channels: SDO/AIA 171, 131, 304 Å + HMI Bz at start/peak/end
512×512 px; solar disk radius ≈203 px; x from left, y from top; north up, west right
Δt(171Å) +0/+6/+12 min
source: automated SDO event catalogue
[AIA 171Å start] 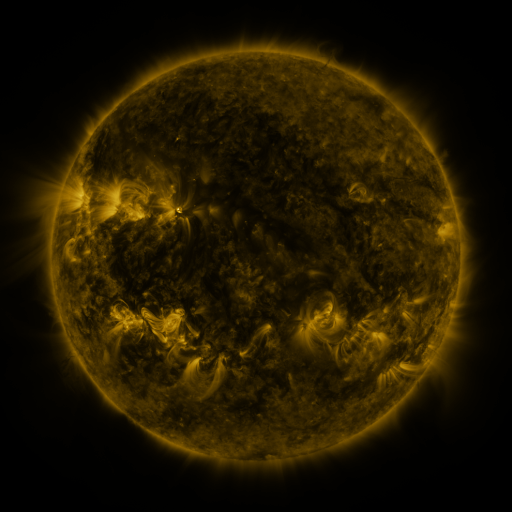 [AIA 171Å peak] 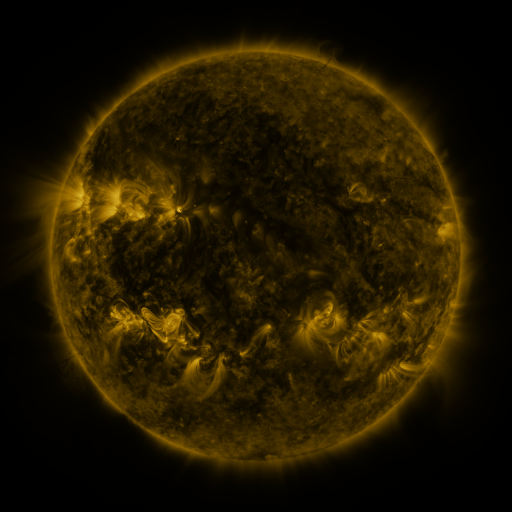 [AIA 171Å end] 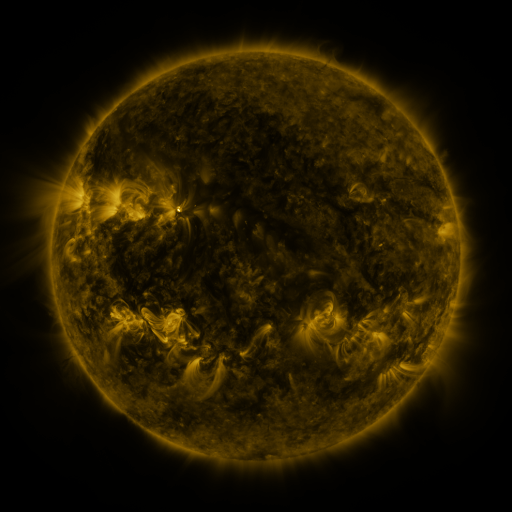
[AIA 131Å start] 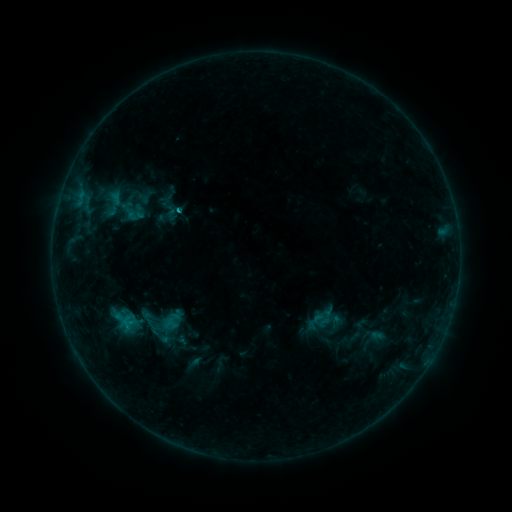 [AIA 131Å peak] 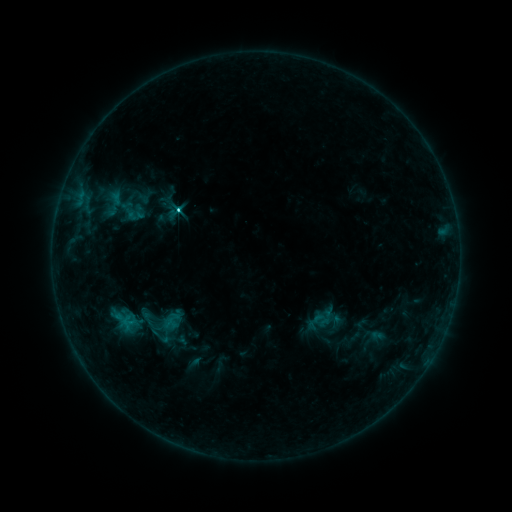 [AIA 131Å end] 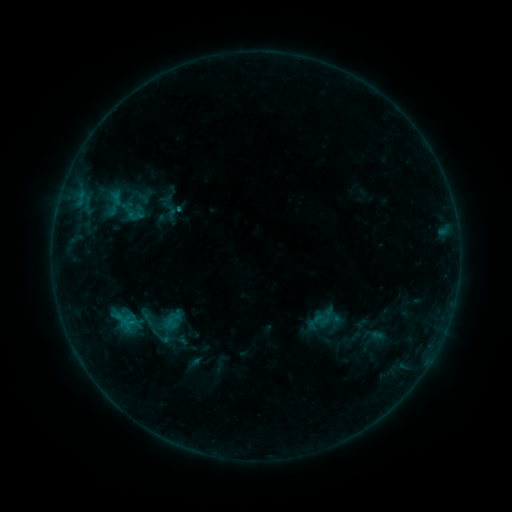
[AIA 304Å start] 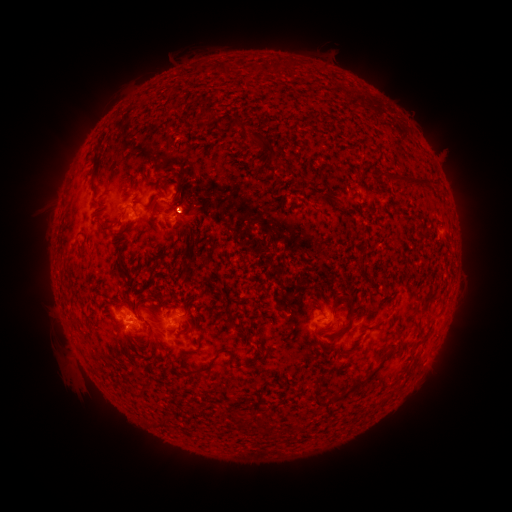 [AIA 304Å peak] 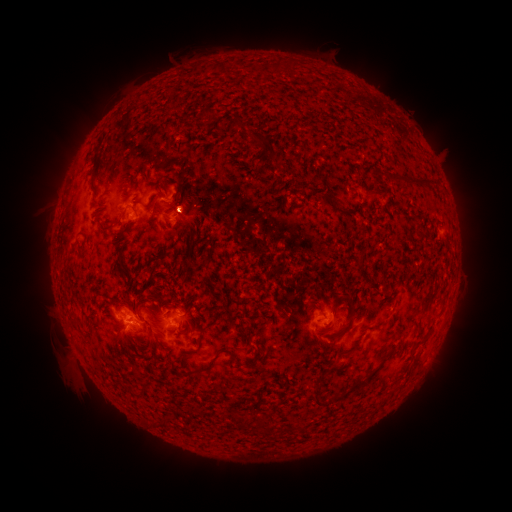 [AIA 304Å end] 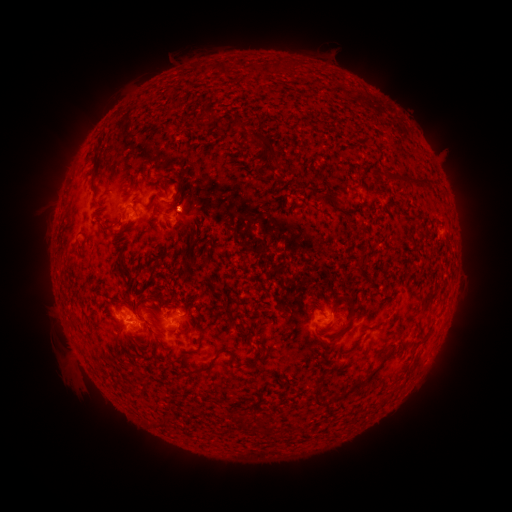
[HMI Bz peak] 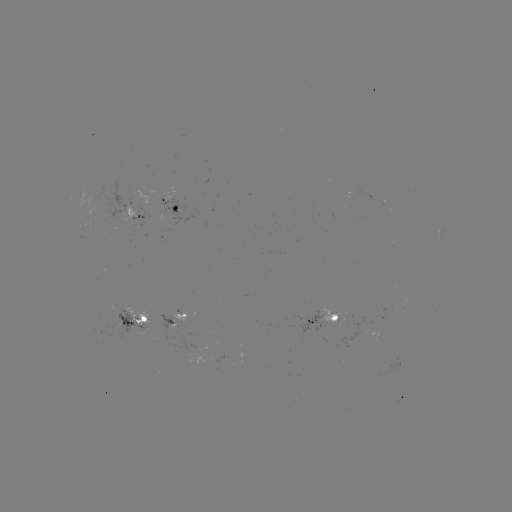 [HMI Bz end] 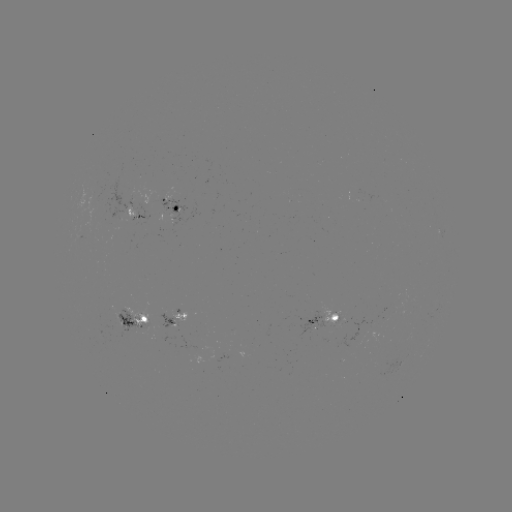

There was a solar flare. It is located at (178, 212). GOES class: C1.6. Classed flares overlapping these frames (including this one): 1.